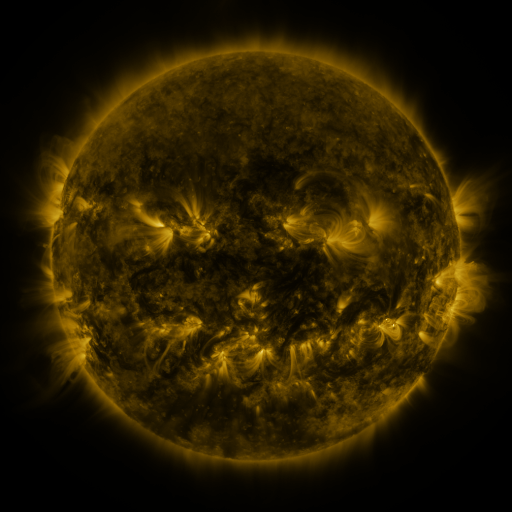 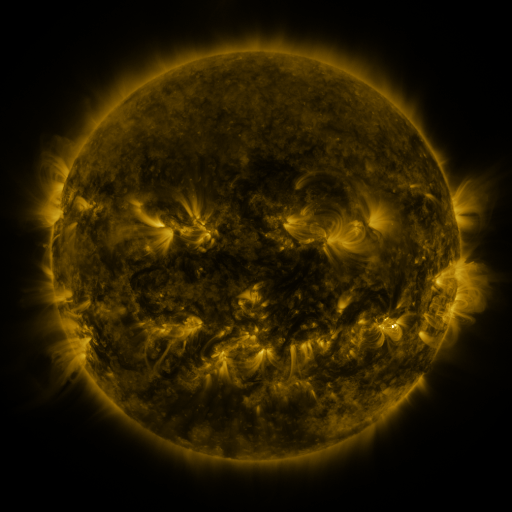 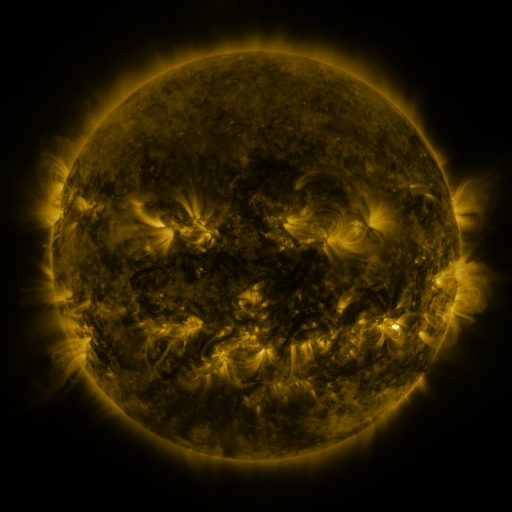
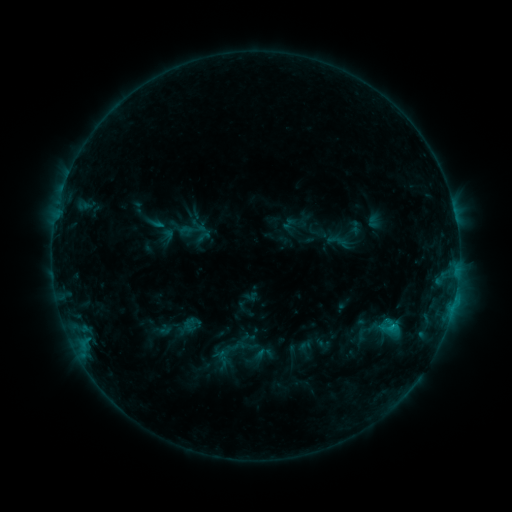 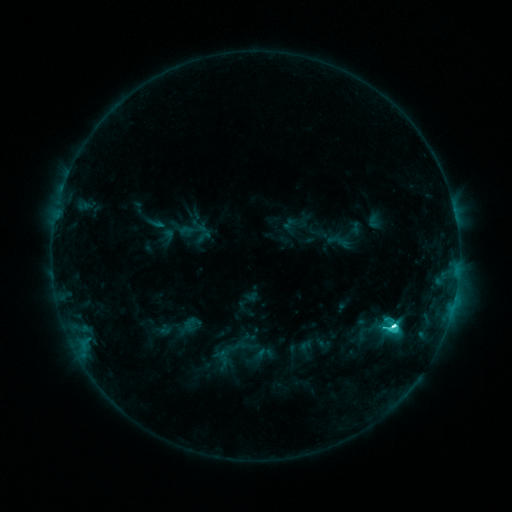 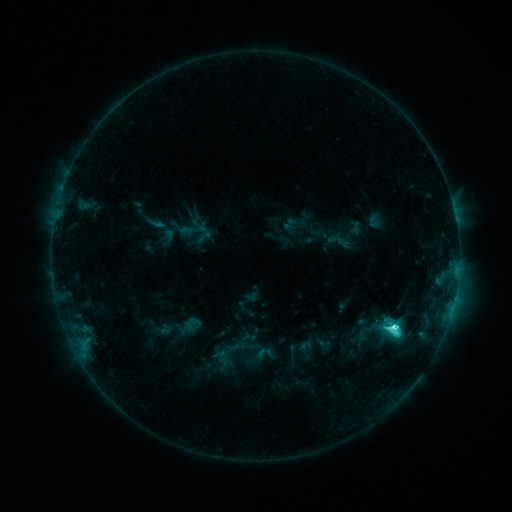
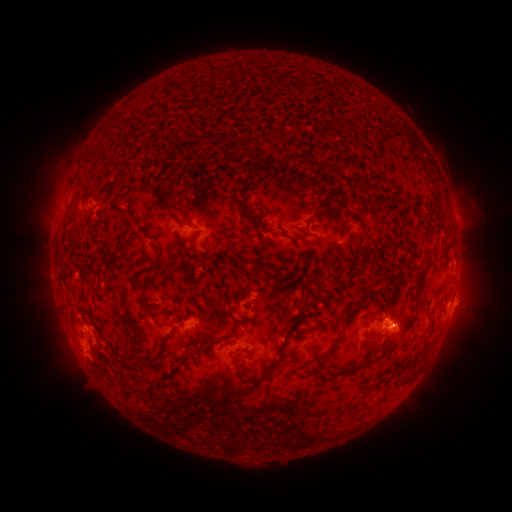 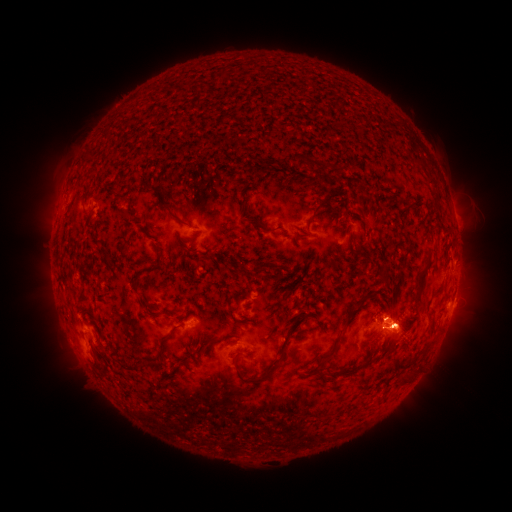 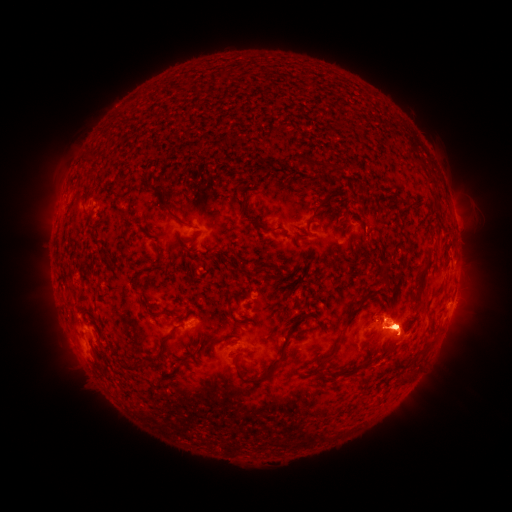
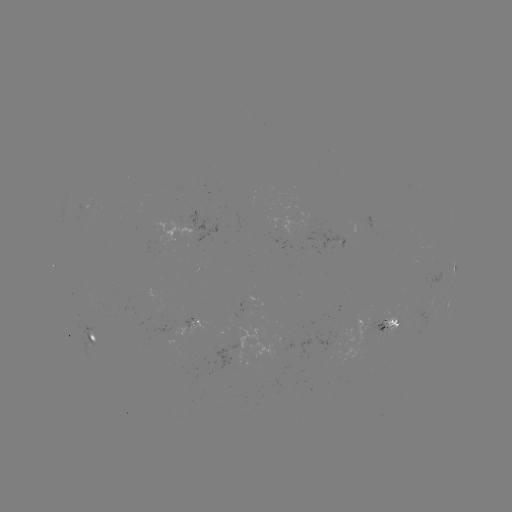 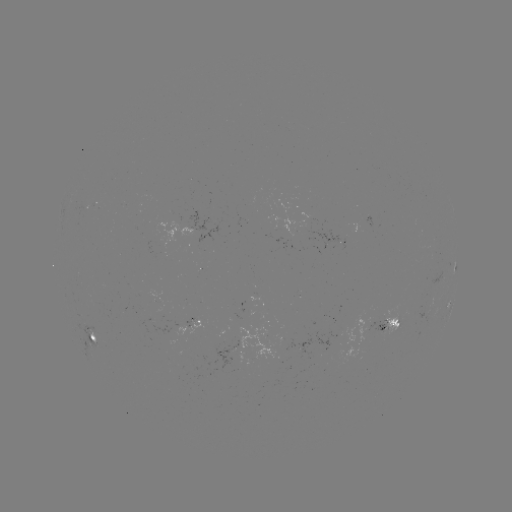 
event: flare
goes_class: M1.3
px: (392, 327)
